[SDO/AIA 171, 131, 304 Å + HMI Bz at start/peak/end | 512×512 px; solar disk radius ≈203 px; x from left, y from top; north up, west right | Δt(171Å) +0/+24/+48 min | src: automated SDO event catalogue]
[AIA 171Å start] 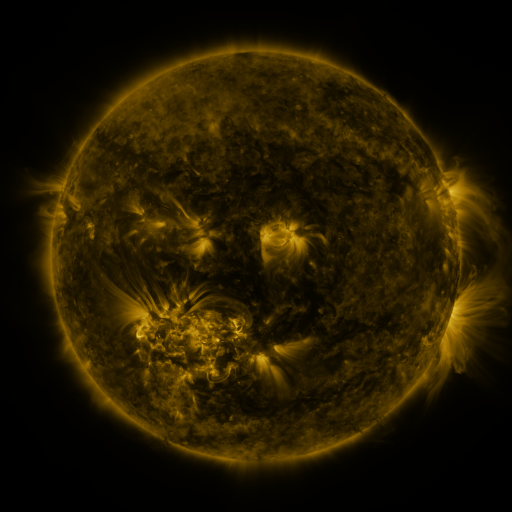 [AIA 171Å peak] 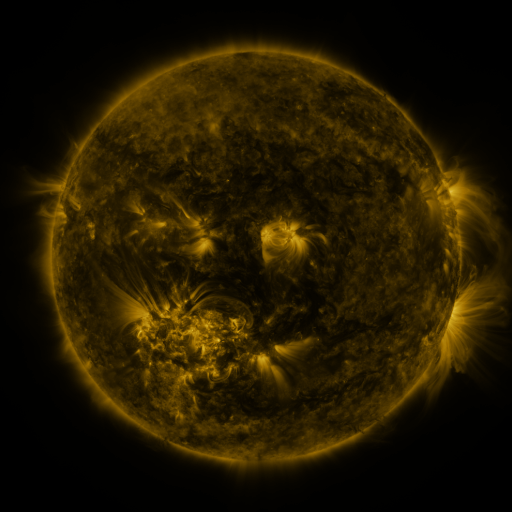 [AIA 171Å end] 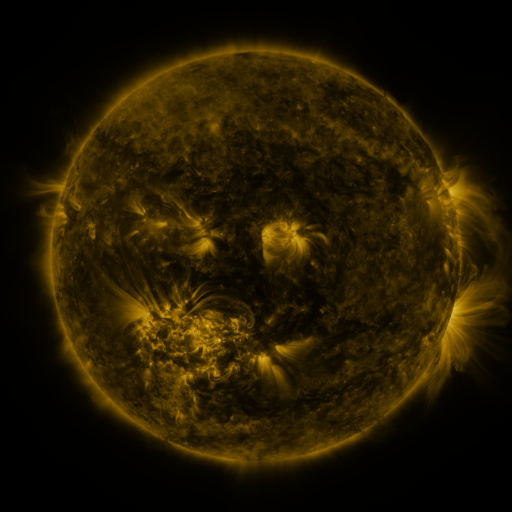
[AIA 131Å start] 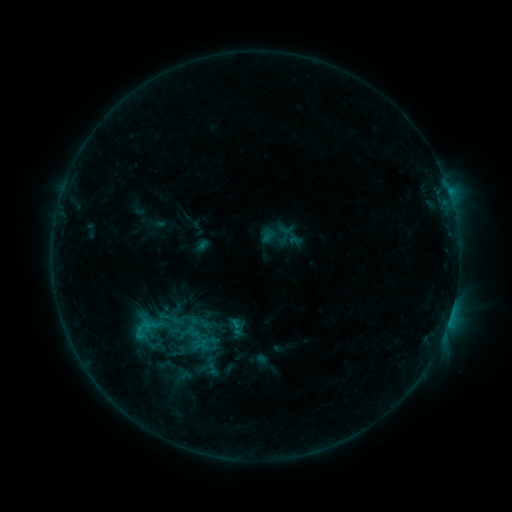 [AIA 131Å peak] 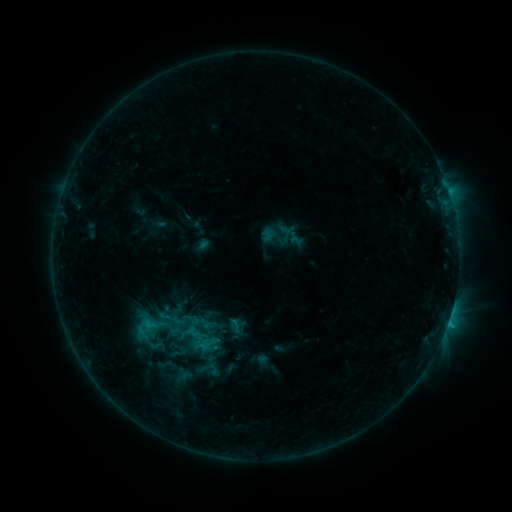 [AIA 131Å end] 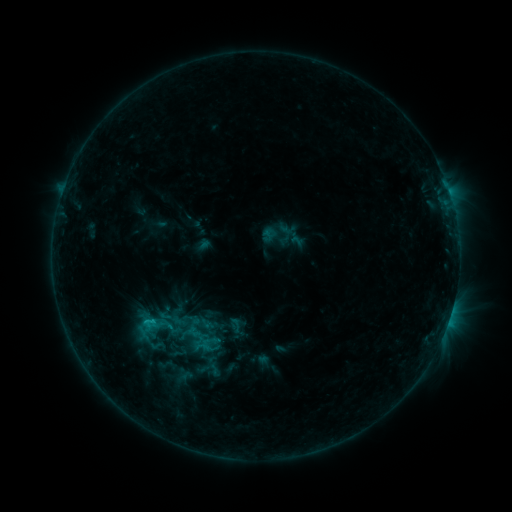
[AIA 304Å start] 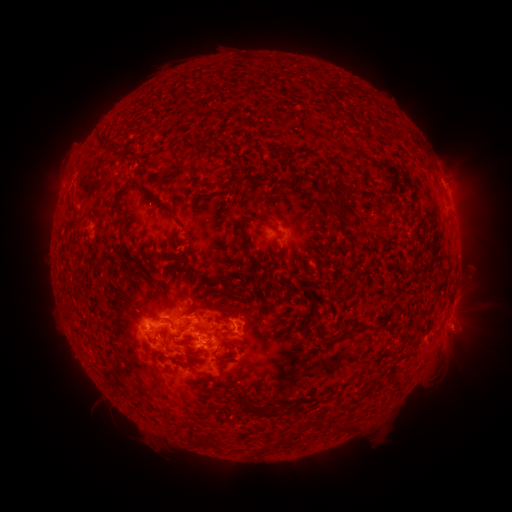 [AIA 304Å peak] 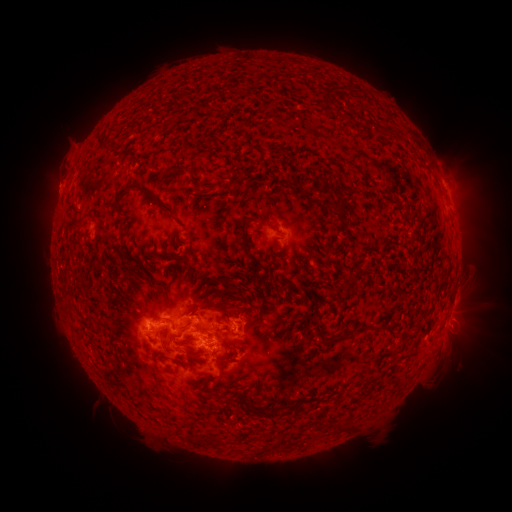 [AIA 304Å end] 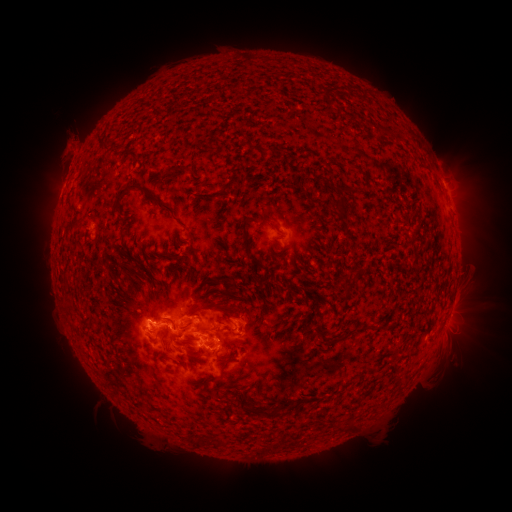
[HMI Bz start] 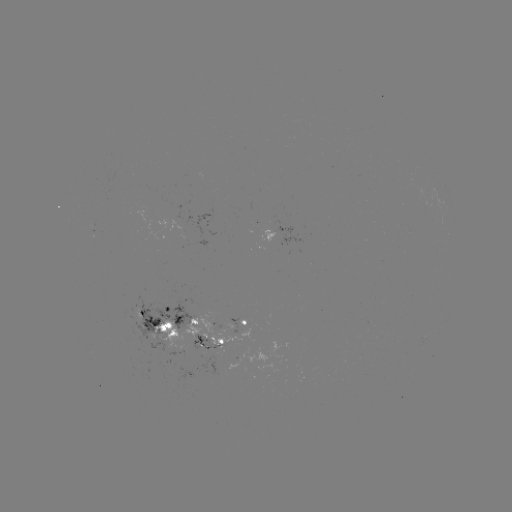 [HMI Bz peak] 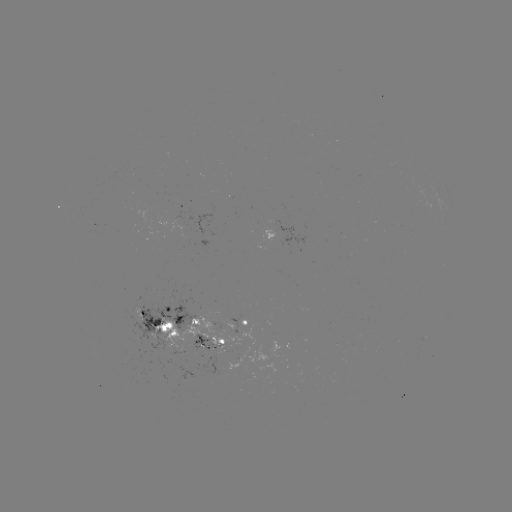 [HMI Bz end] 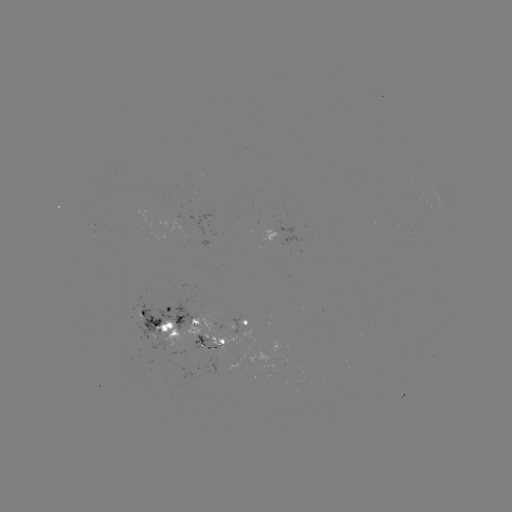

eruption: [24, 114, 97, 234]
